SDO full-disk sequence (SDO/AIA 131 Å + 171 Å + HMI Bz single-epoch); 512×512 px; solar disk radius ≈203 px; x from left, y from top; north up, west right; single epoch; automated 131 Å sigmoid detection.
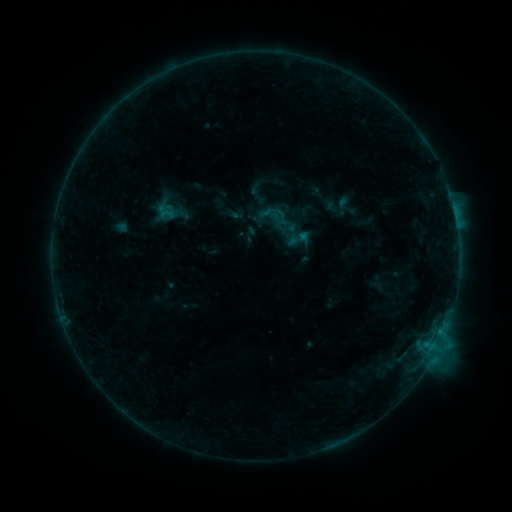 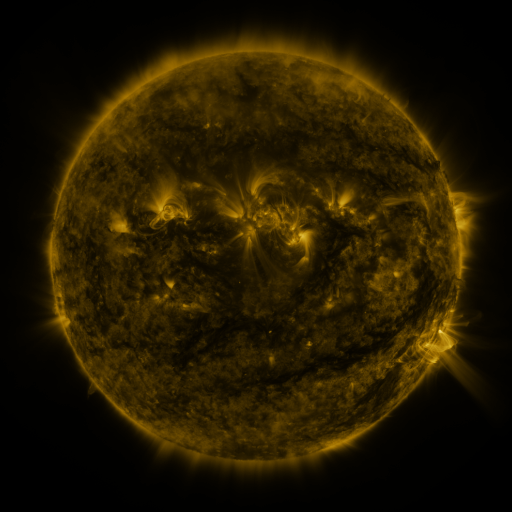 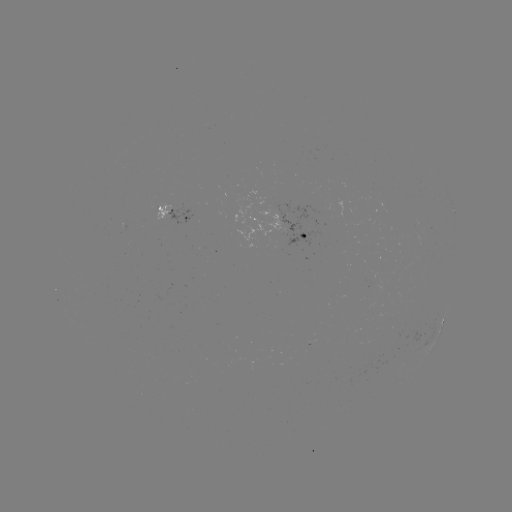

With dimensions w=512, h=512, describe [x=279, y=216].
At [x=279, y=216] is sigmoid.